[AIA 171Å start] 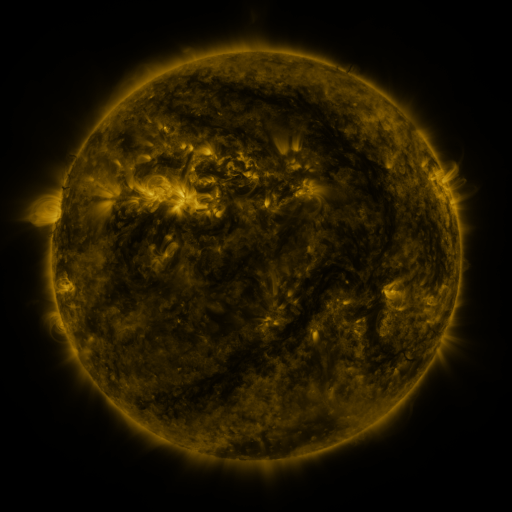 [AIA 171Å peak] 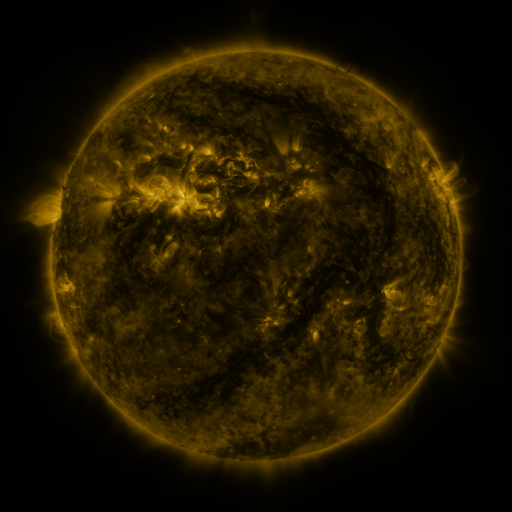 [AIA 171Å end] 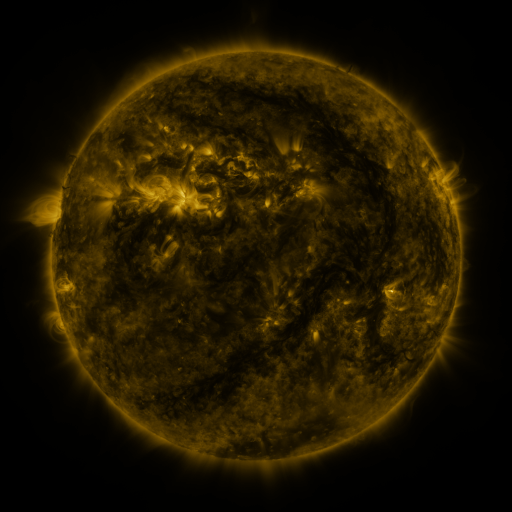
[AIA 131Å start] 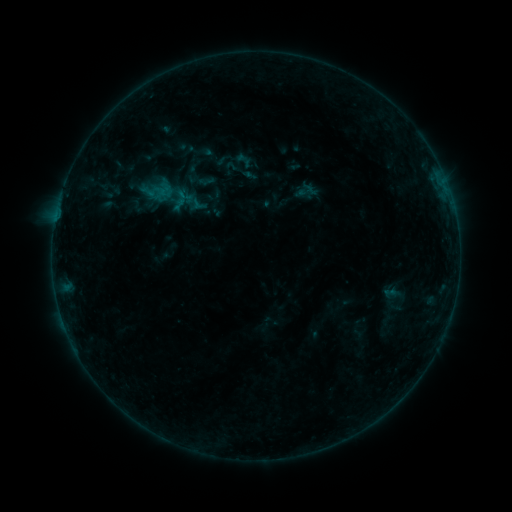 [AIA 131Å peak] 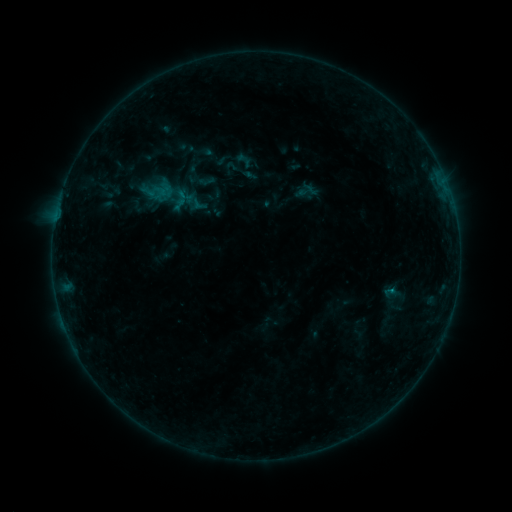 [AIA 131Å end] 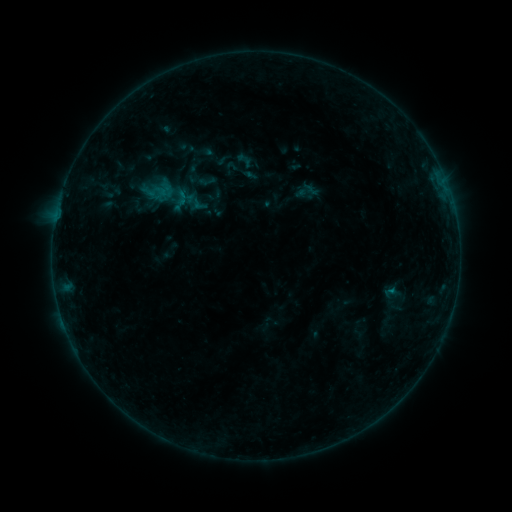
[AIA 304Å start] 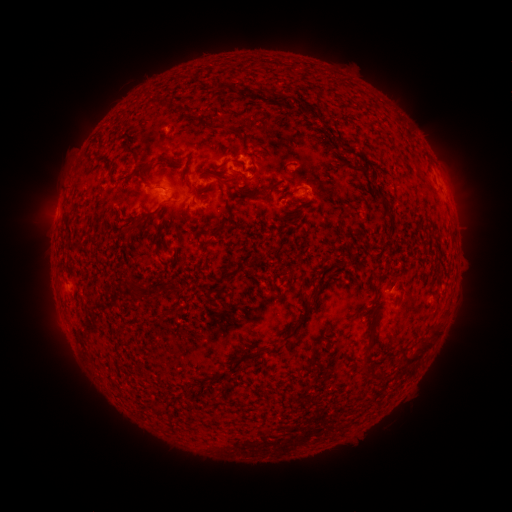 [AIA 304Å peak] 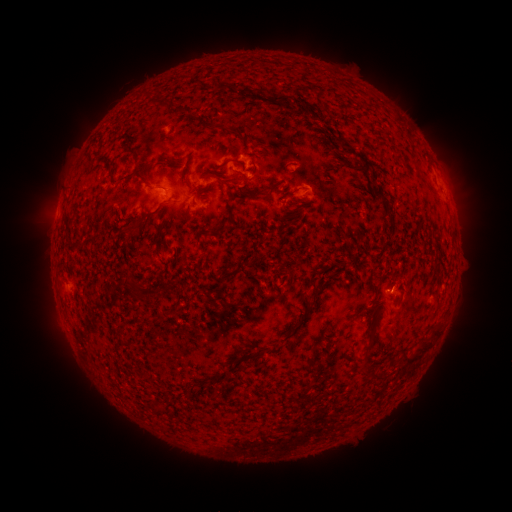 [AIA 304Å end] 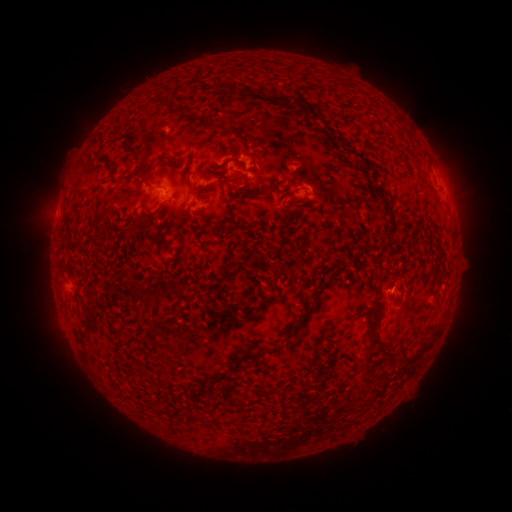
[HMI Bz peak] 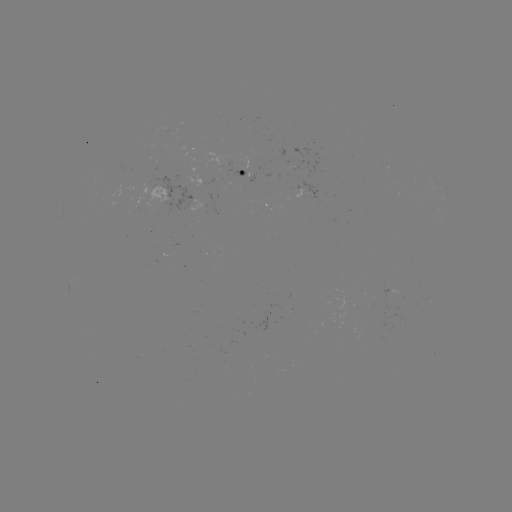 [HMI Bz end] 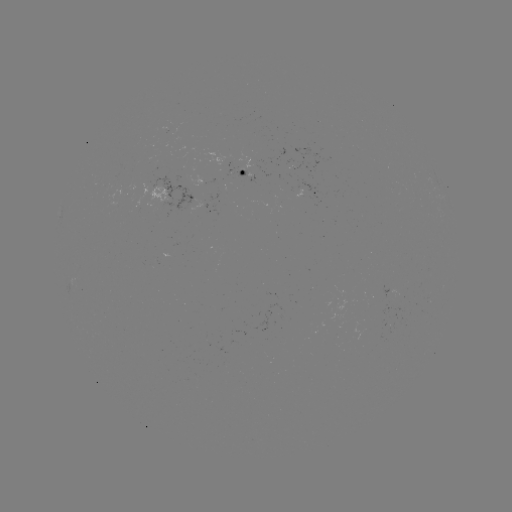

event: flare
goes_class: B2.7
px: (390, 290)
